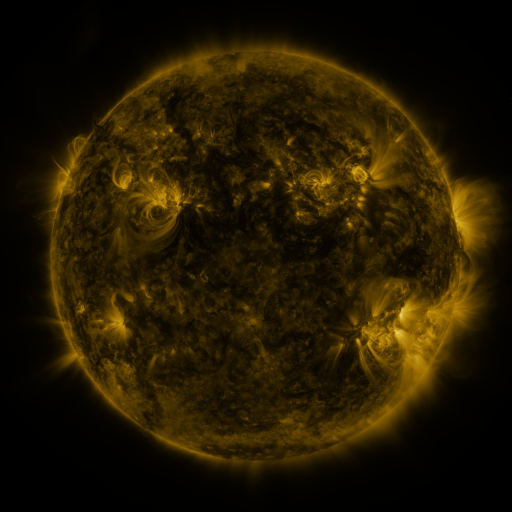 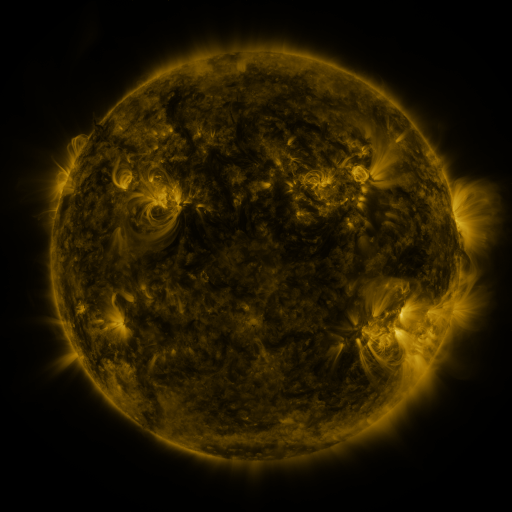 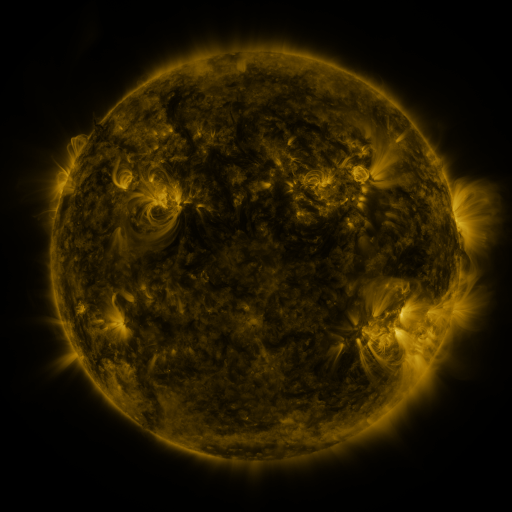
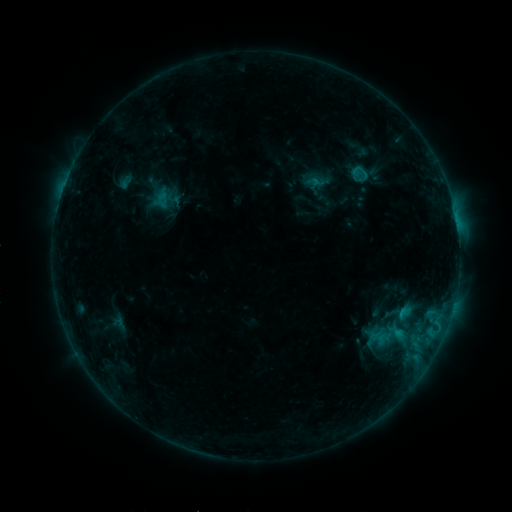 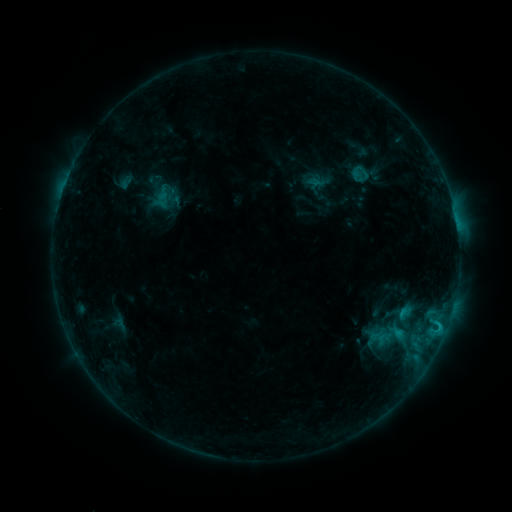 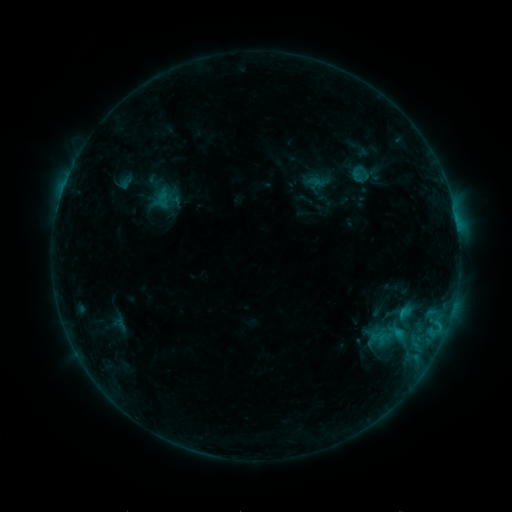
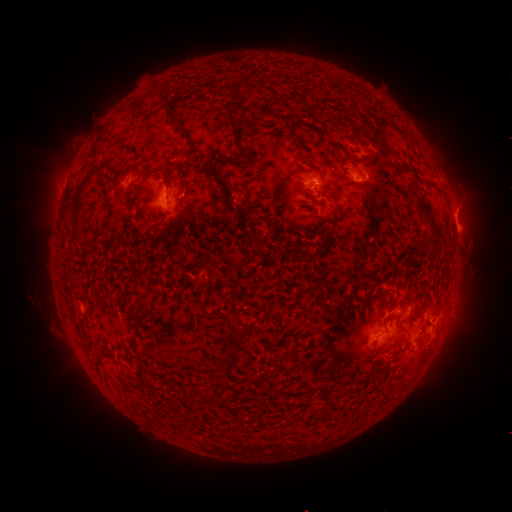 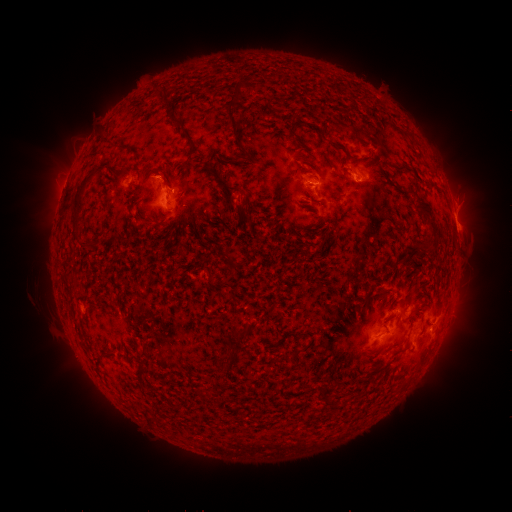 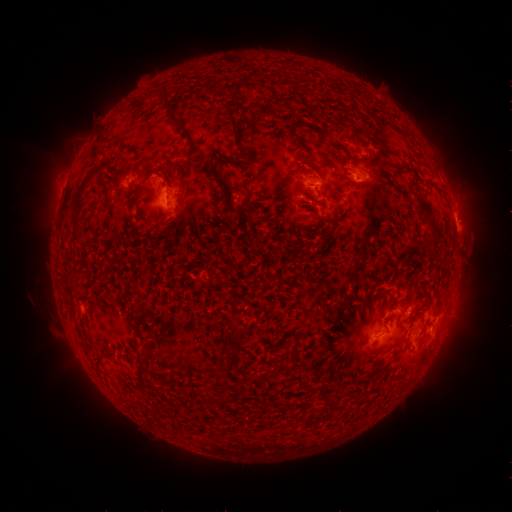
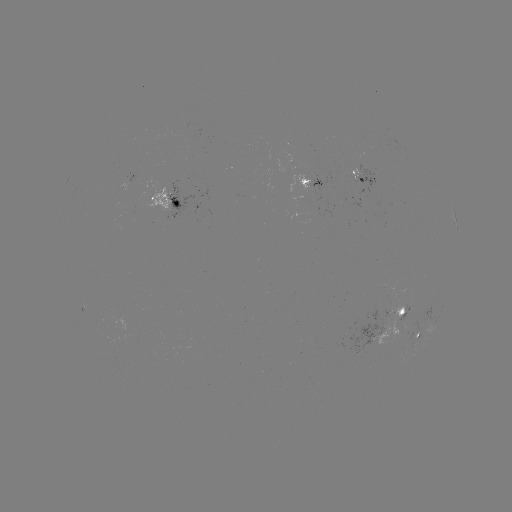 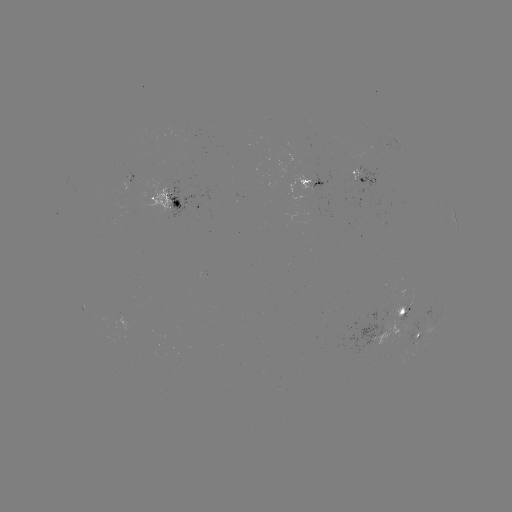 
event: flare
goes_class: C1.1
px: (440, 325)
